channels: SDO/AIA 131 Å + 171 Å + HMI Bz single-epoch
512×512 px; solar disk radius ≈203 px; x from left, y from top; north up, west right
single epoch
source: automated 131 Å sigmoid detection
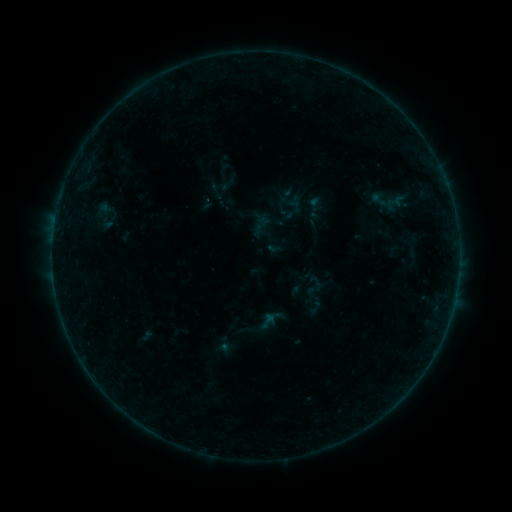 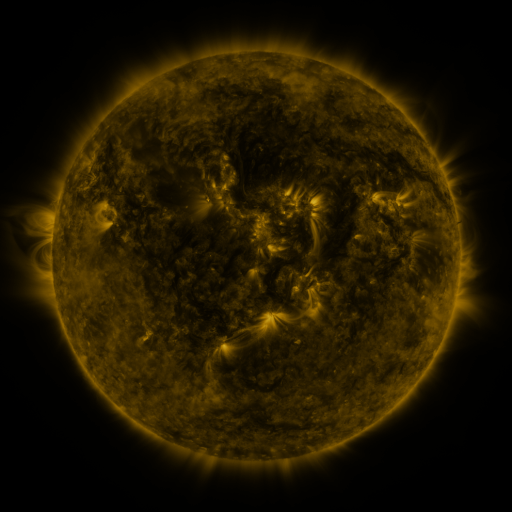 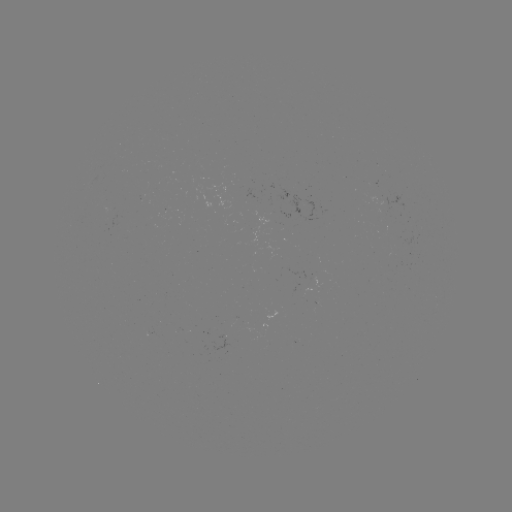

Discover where sigmoid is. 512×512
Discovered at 315,308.